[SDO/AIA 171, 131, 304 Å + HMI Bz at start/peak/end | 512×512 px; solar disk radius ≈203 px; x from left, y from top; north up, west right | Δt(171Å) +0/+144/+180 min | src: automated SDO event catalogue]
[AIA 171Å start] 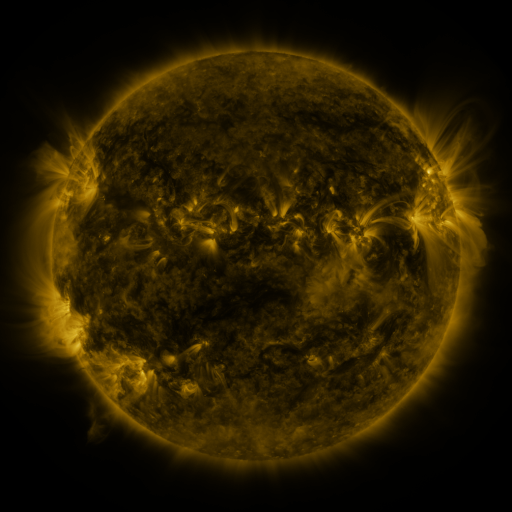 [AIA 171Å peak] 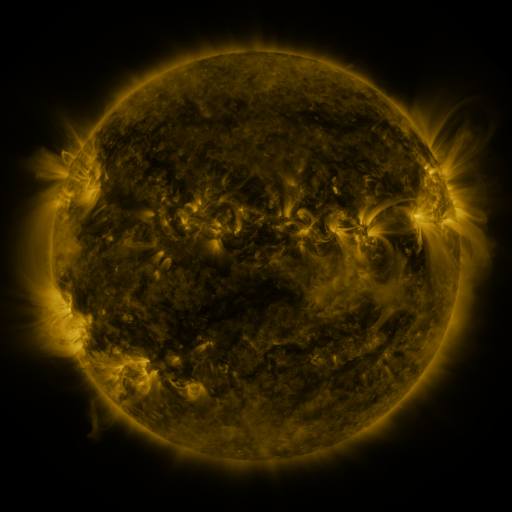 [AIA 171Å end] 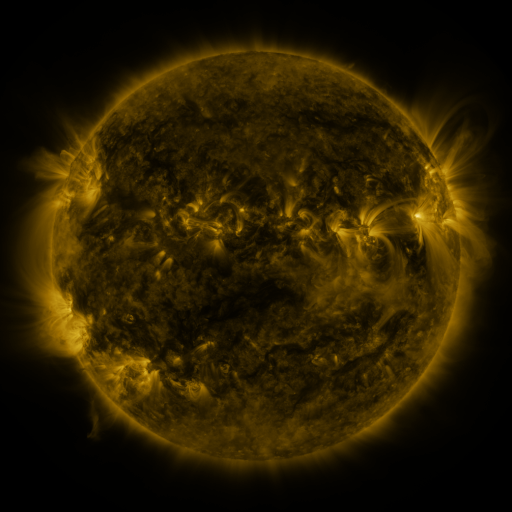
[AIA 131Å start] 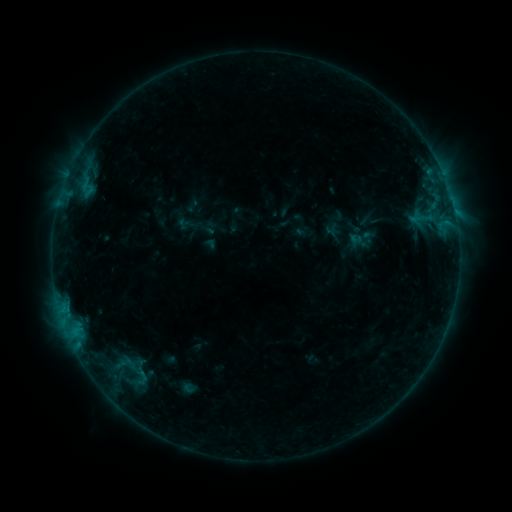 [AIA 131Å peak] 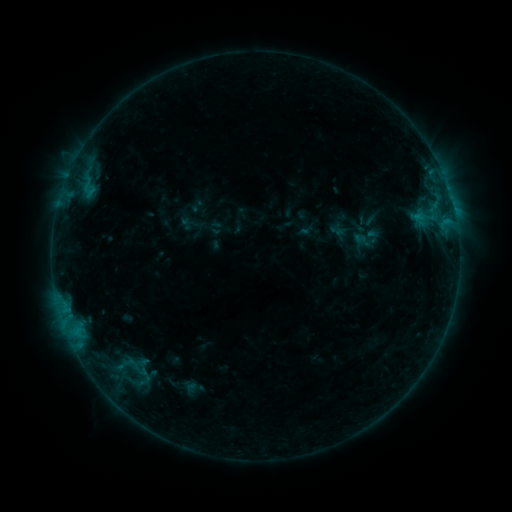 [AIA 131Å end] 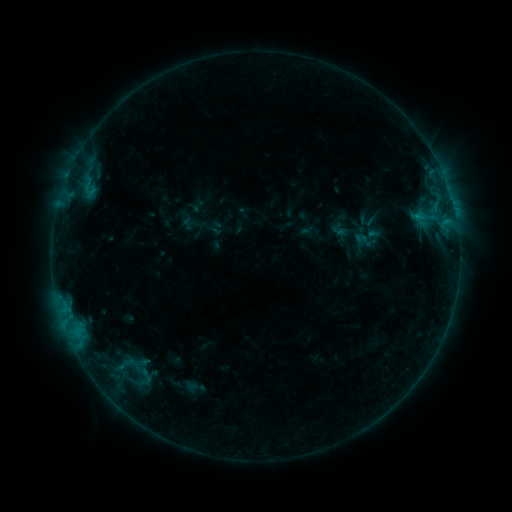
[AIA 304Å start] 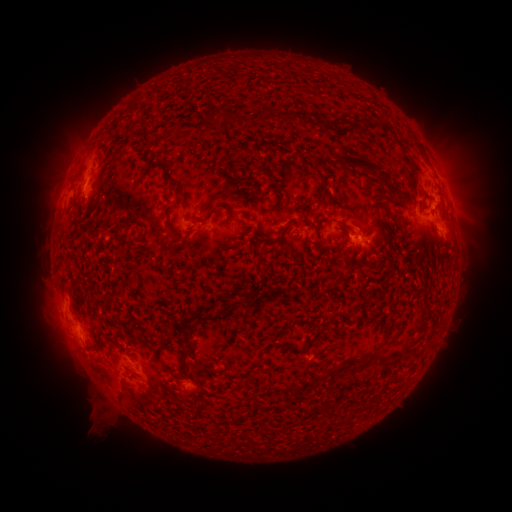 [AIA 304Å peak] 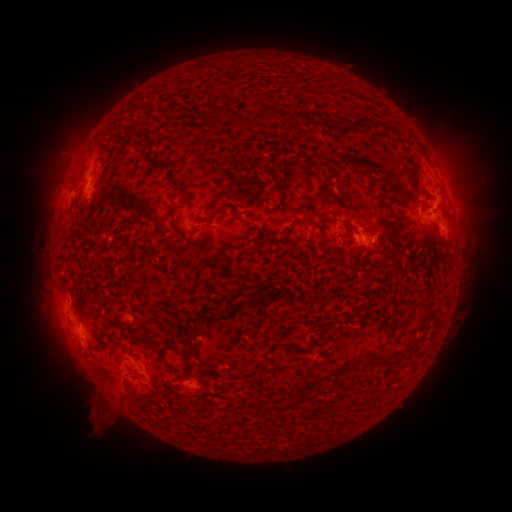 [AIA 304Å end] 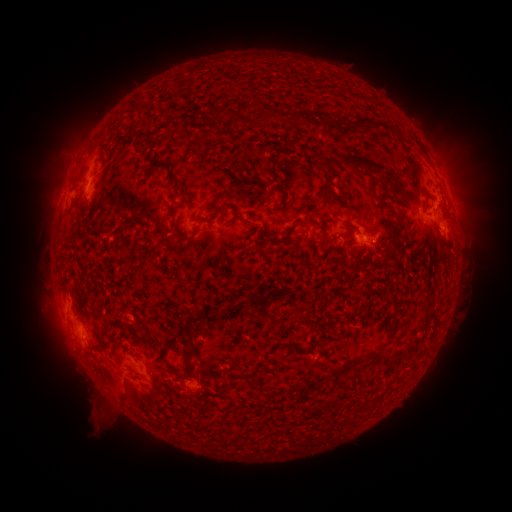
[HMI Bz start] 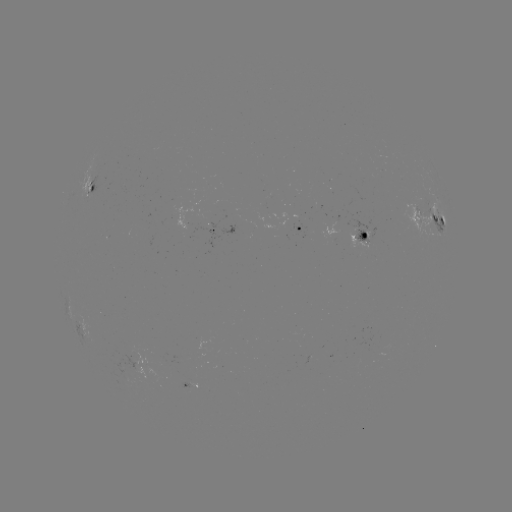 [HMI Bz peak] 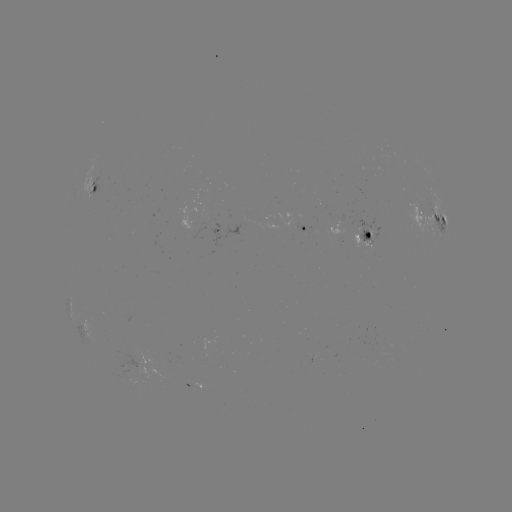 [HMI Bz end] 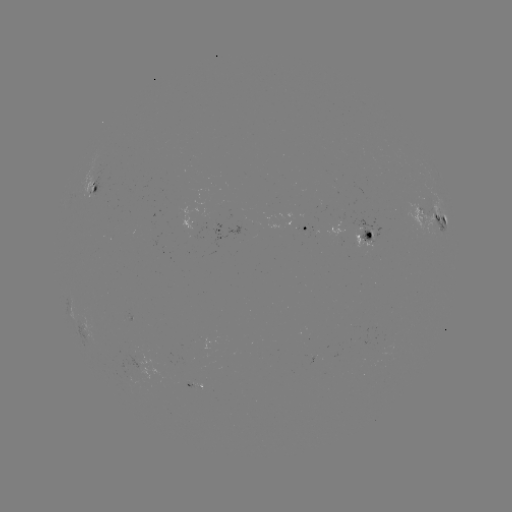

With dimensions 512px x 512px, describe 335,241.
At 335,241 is emerging-flux region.